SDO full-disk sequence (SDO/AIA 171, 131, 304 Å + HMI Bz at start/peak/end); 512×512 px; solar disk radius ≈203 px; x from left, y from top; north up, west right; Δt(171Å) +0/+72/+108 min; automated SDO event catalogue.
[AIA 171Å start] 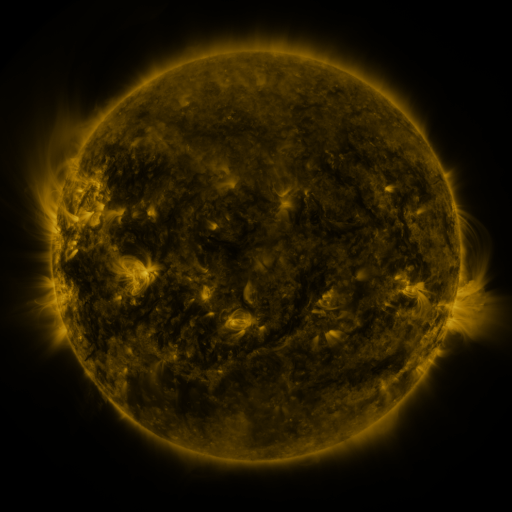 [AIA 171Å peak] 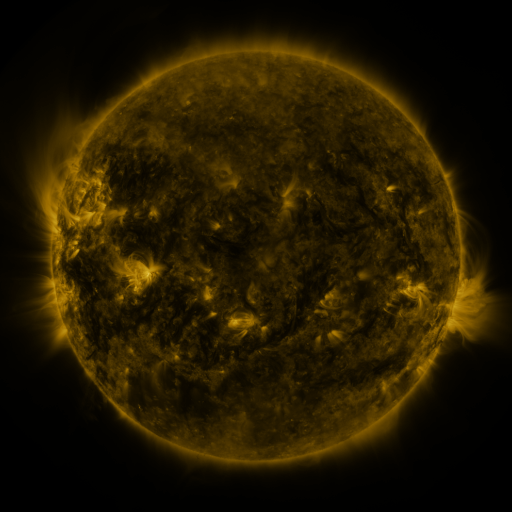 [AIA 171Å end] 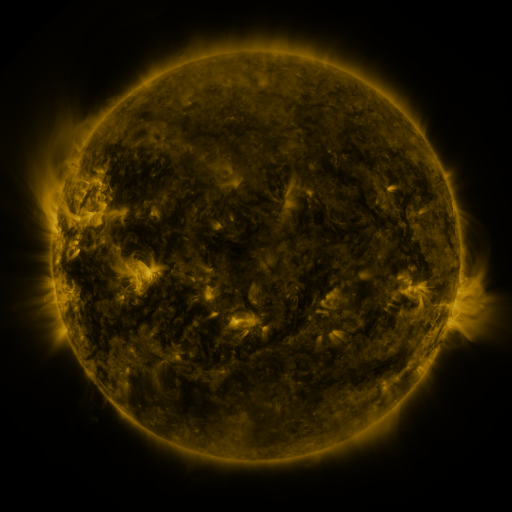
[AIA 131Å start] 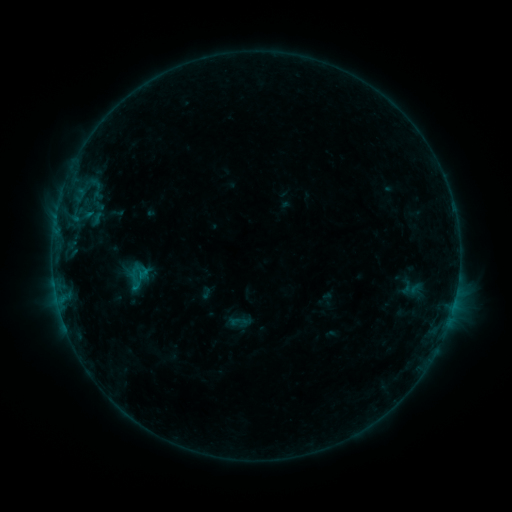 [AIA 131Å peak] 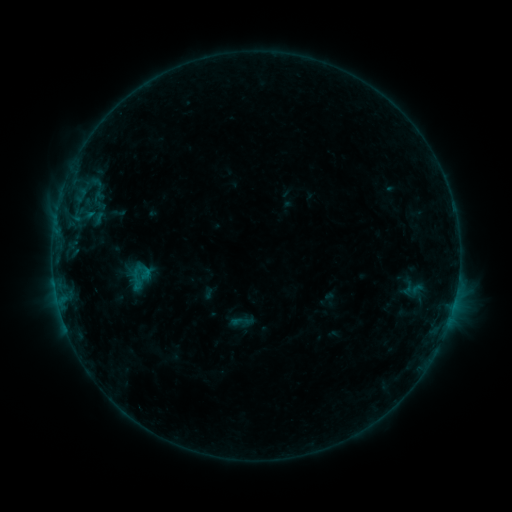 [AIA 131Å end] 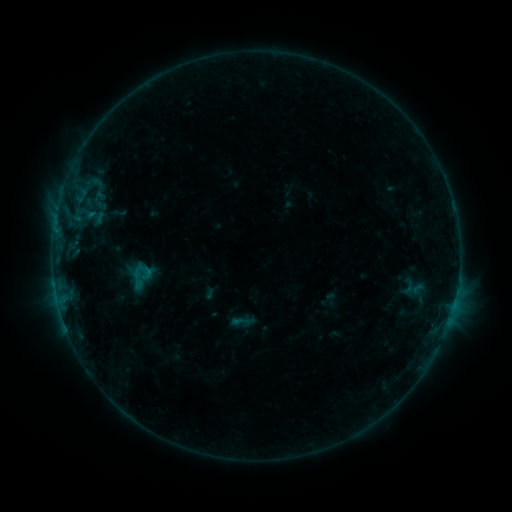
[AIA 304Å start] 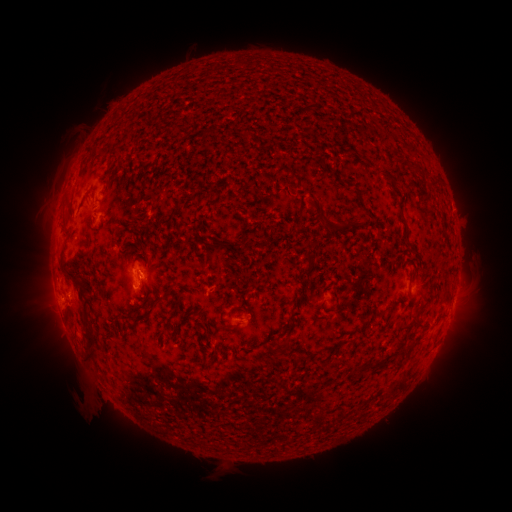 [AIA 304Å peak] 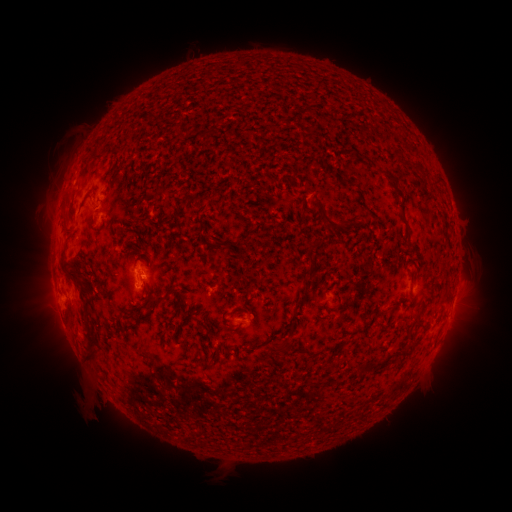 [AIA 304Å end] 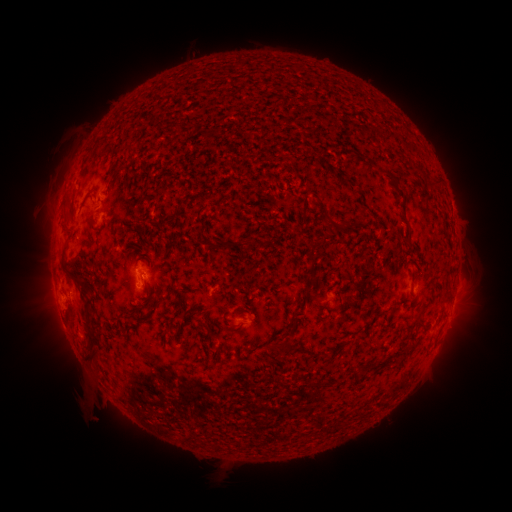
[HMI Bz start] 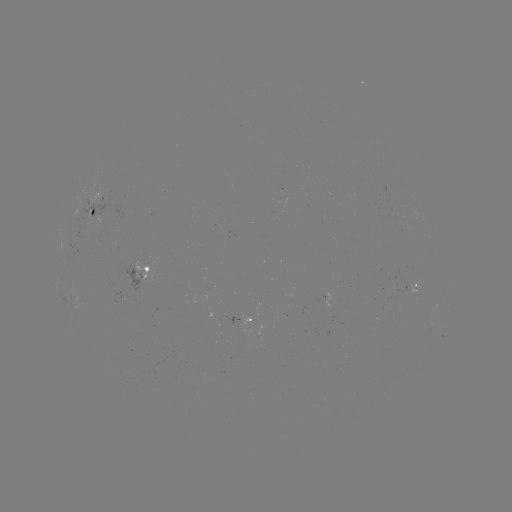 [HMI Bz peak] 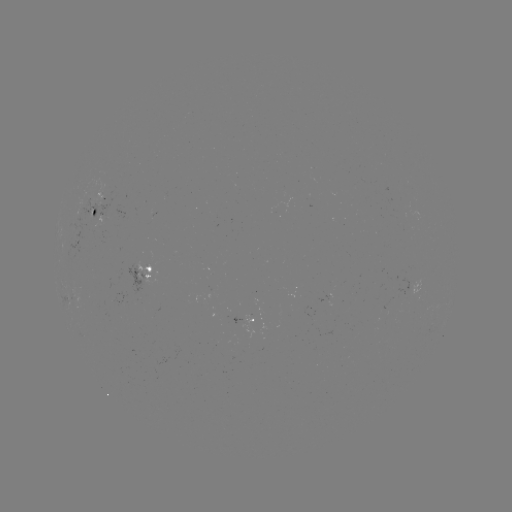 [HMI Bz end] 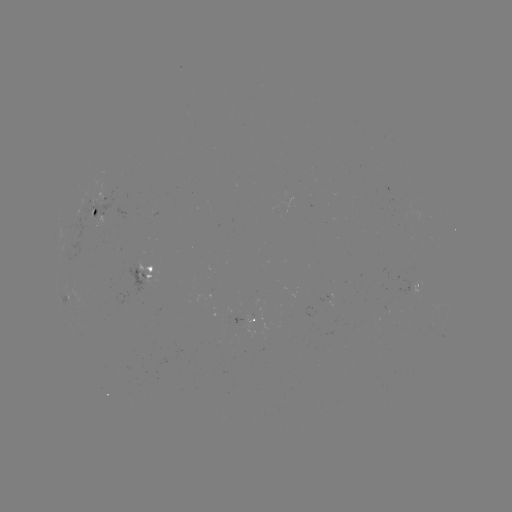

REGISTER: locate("emerging-flux region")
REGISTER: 97,206